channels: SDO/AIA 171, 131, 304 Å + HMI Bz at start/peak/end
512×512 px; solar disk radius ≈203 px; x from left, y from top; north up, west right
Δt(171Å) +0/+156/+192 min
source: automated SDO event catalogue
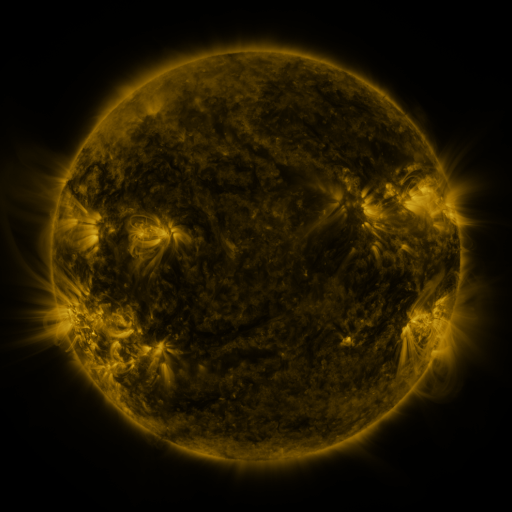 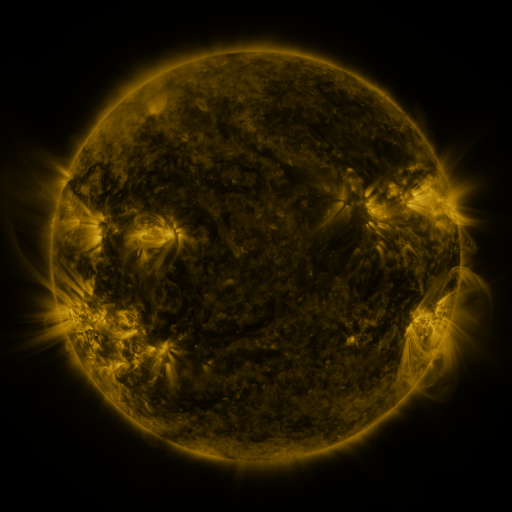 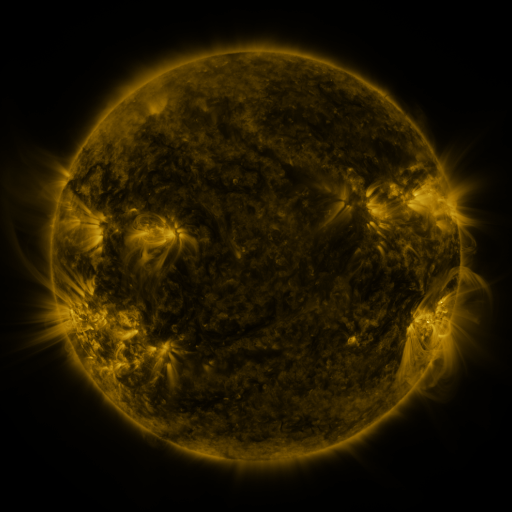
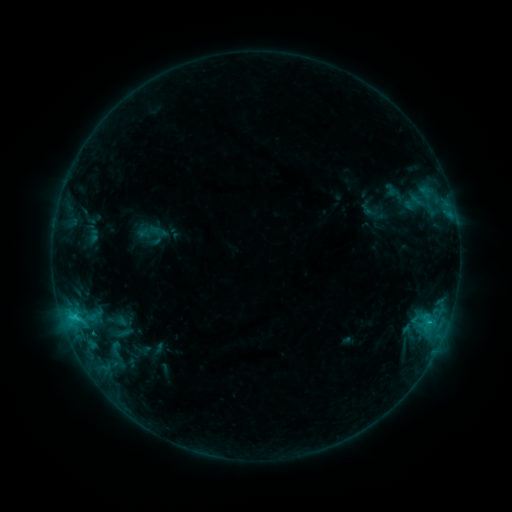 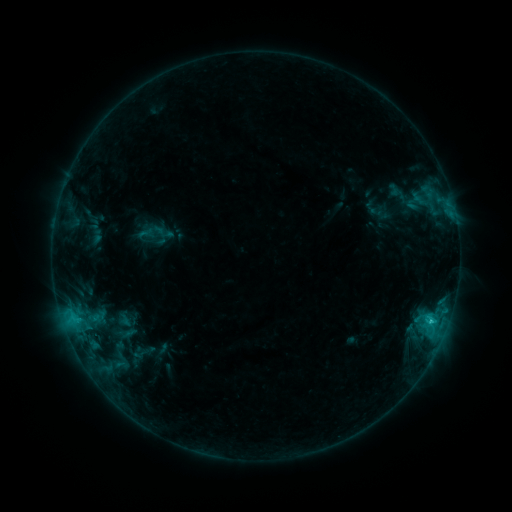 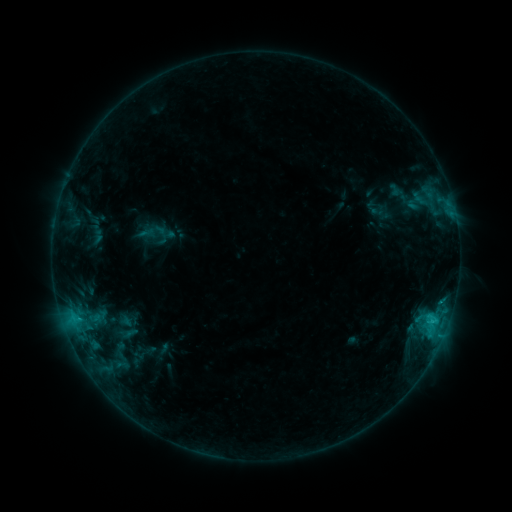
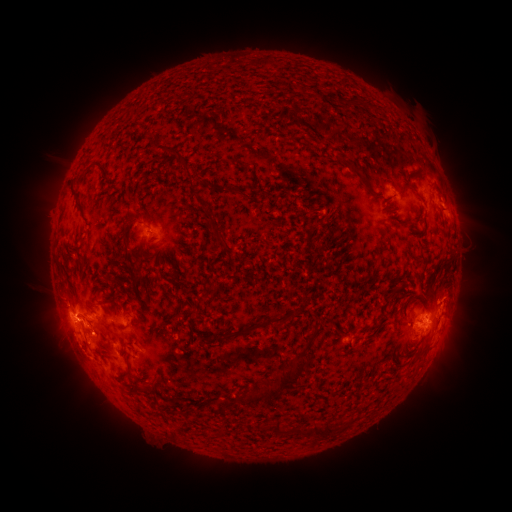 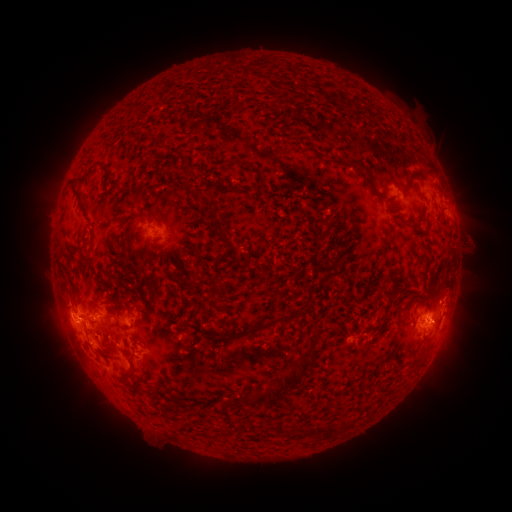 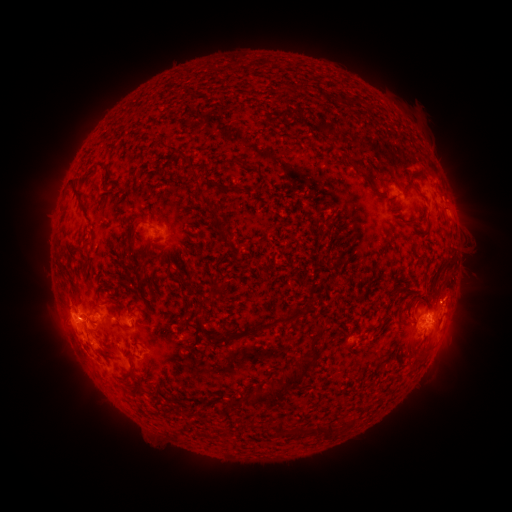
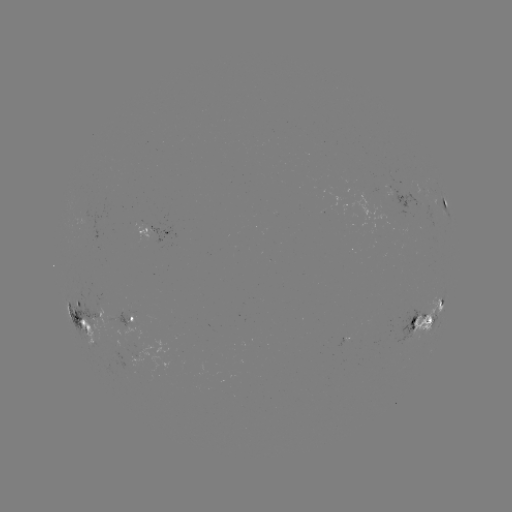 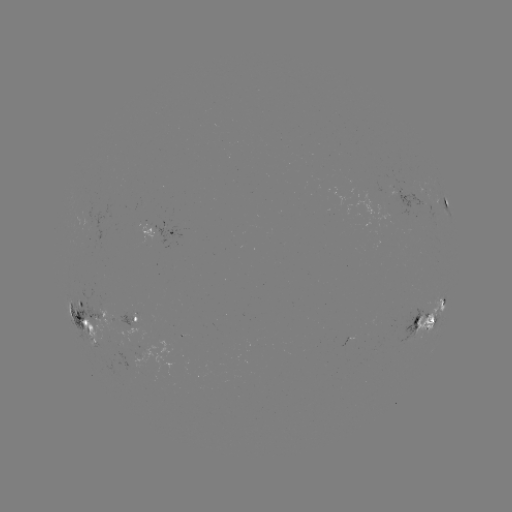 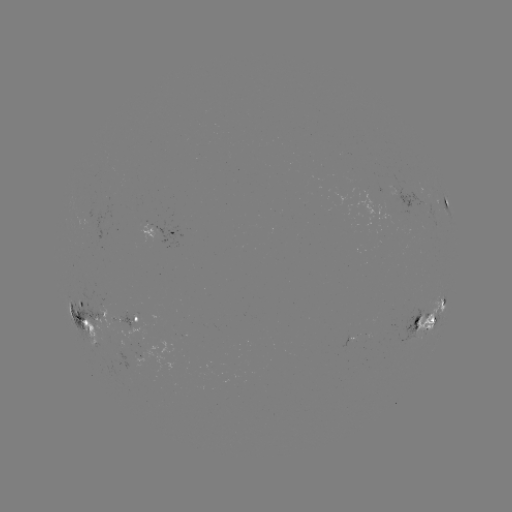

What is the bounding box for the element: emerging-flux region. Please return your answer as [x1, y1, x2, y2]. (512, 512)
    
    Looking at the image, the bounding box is [109, 354, 120, 362].